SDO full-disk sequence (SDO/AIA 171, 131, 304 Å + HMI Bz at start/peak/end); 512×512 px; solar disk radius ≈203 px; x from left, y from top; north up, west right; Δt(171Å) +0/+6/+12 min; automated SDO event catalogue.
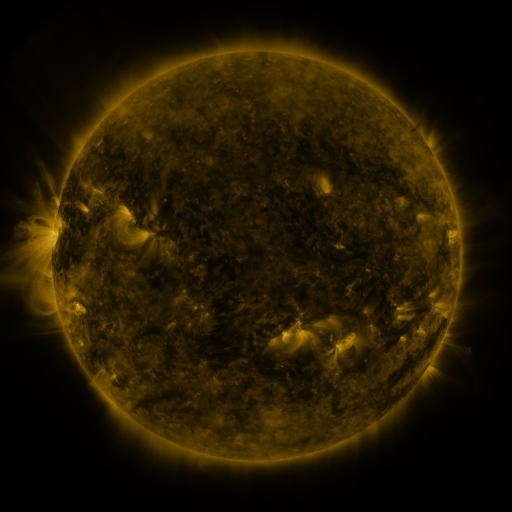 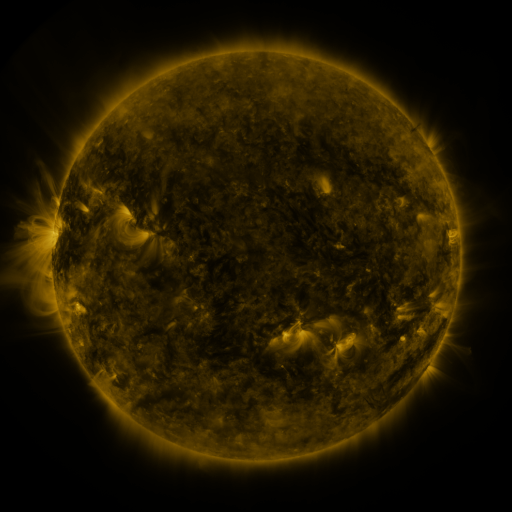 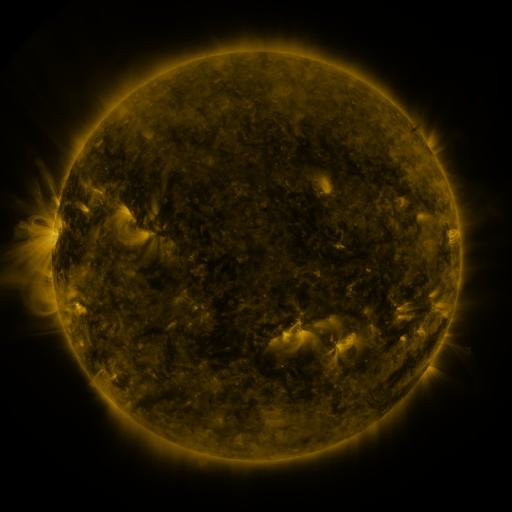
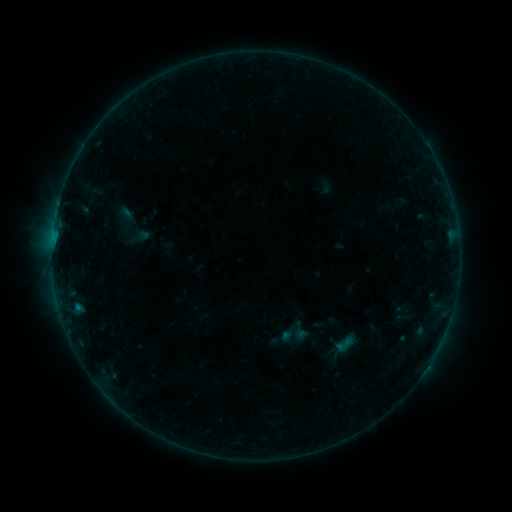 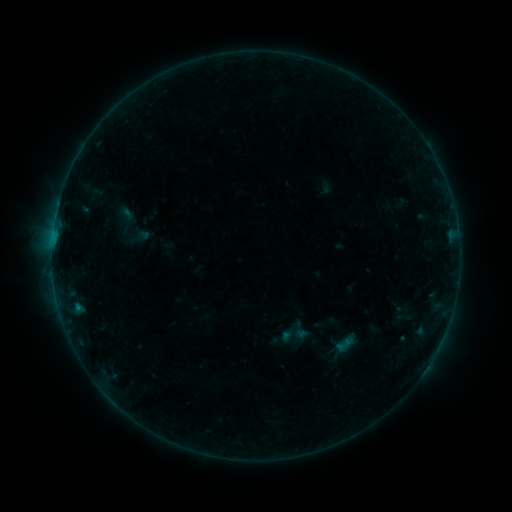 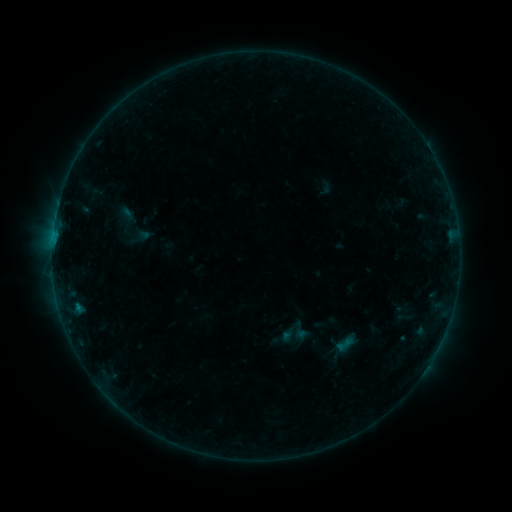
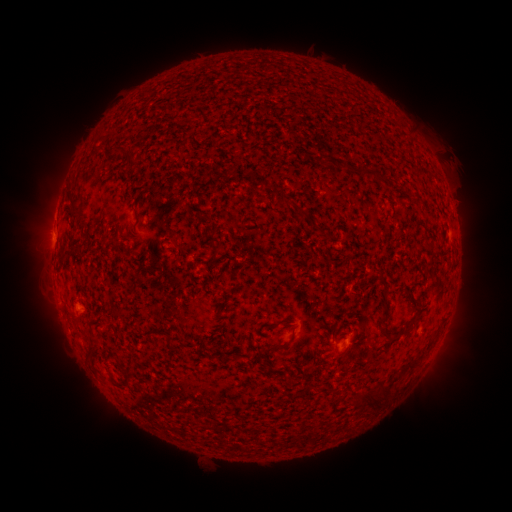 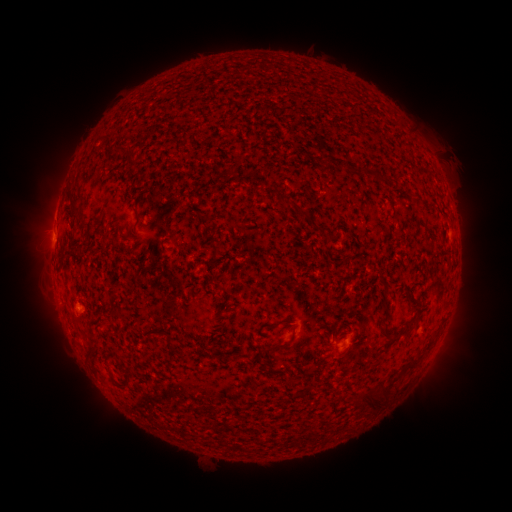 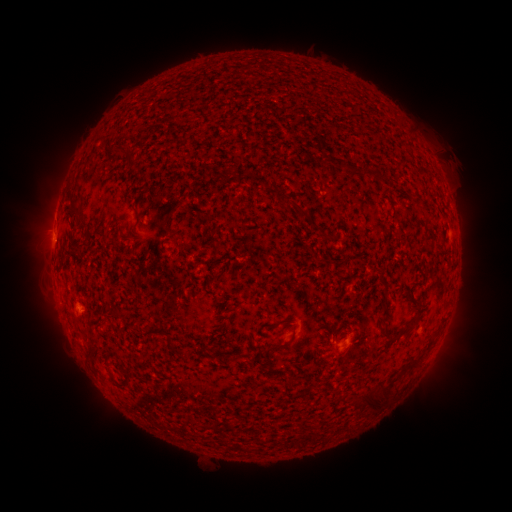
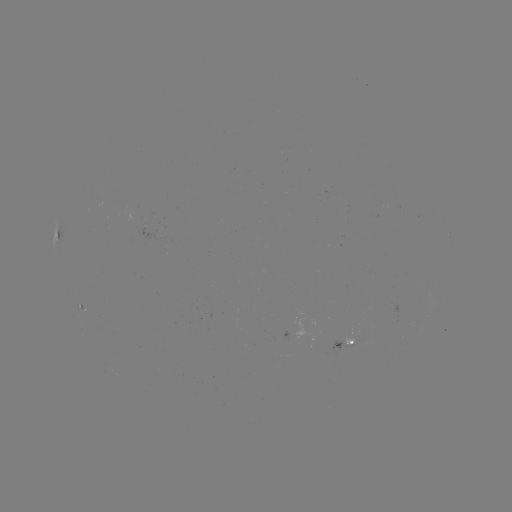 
no flare in any classed list; no EUV-trigger detection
